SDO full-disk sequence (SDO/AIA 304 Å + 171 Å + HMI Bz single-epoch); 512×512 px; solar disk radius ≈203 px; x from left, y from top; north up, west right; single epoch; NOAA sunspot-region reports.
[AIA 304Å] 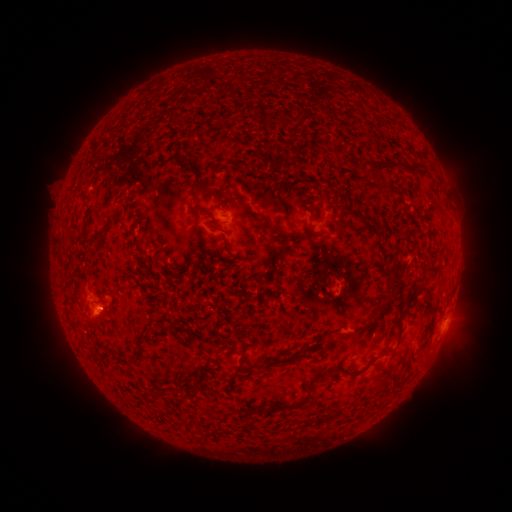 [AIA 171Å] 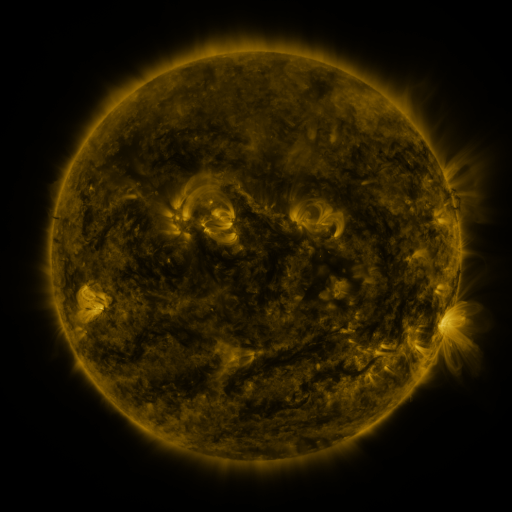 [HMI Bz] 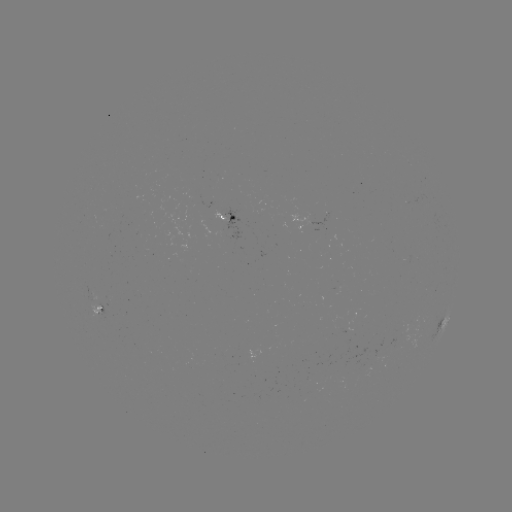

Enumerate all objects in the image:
spotted active region: (232, 218)
spotted active region: (102, 309)
spotted active region: (445, 322)
